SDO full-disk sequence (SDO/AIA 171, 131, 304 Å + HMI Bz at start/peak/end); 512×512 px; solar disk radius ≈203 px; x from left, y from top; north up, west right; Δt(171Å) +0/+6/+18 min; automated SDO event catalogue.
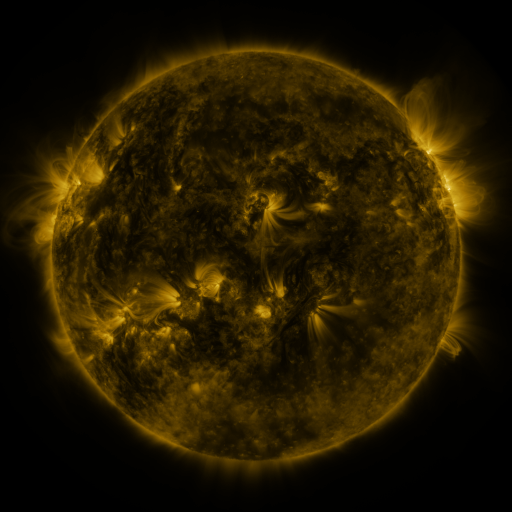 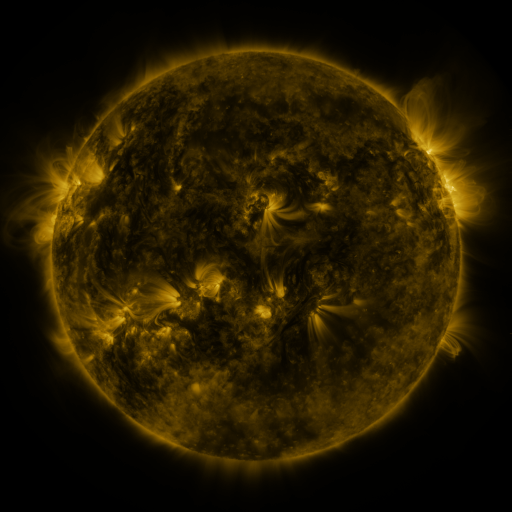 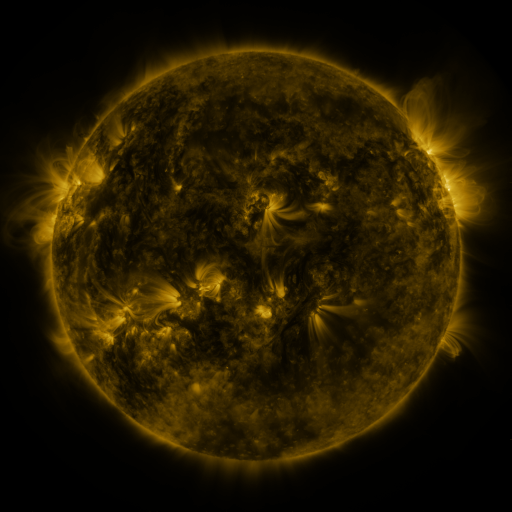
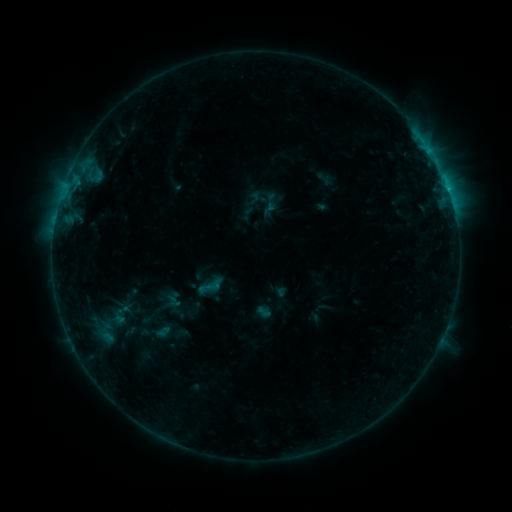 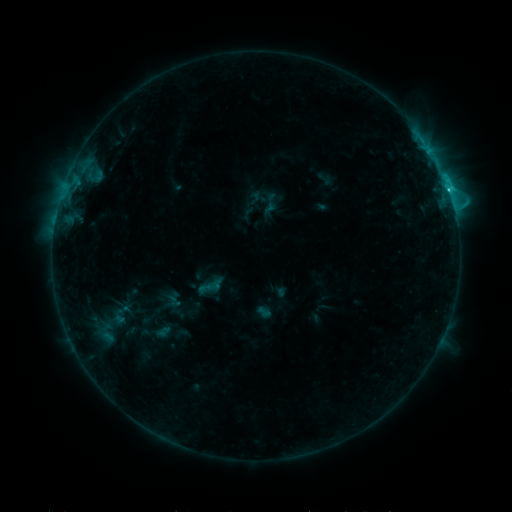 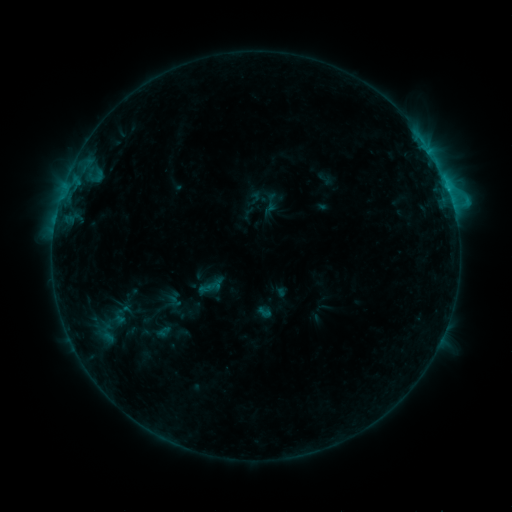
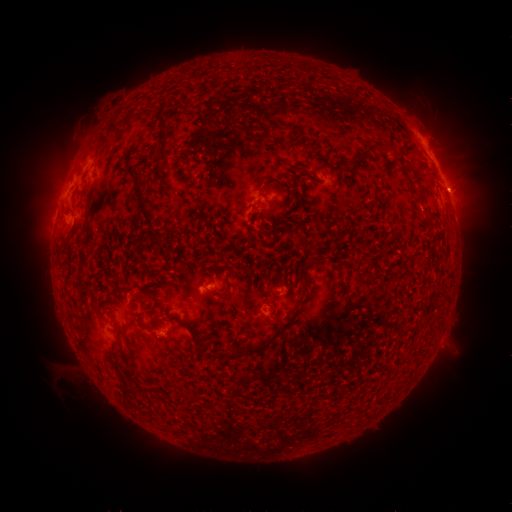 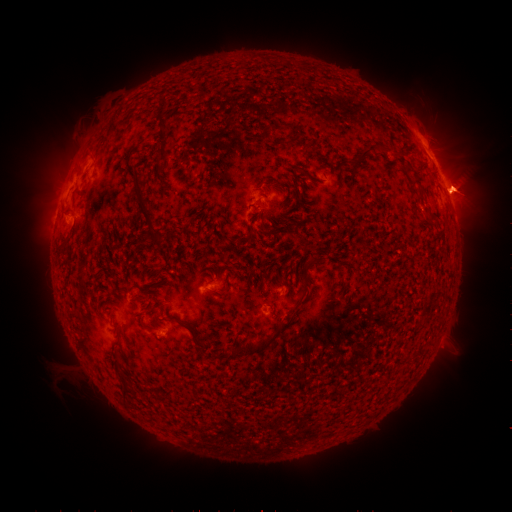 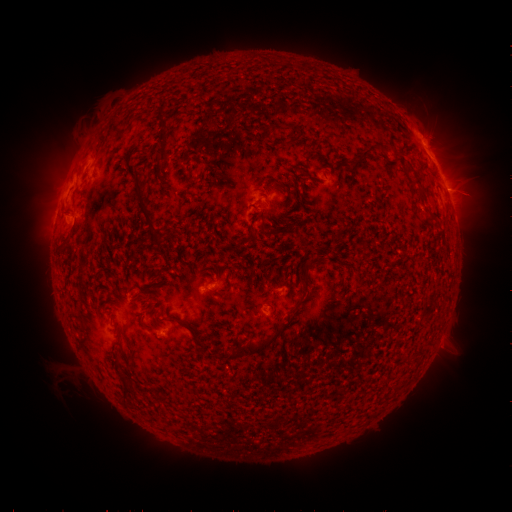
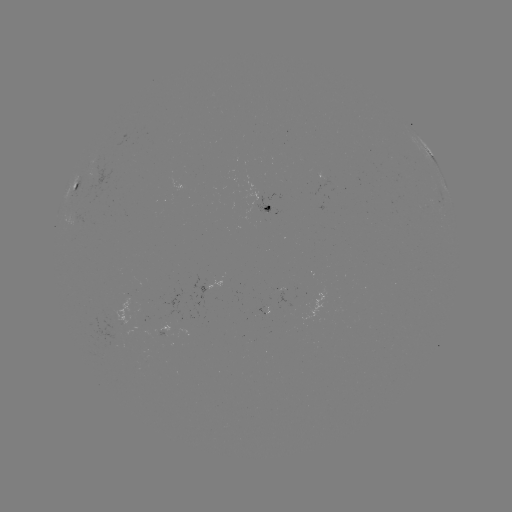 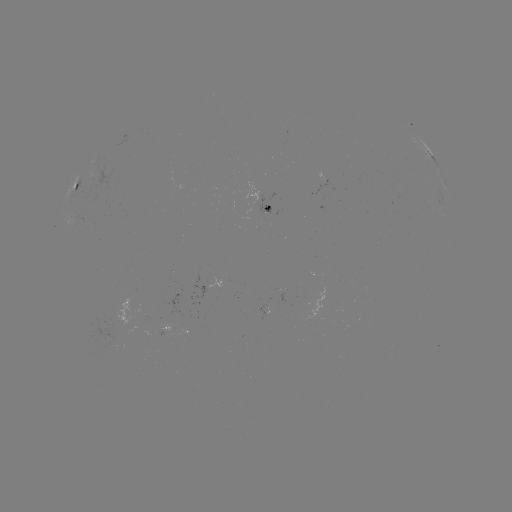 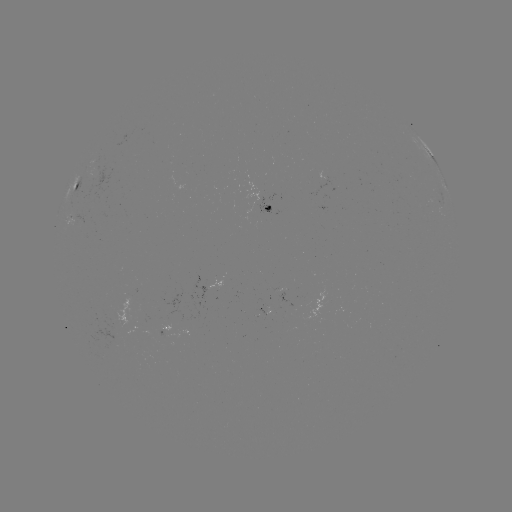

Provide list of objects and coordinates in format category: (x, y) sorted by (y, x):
eruption: (469, 190)
